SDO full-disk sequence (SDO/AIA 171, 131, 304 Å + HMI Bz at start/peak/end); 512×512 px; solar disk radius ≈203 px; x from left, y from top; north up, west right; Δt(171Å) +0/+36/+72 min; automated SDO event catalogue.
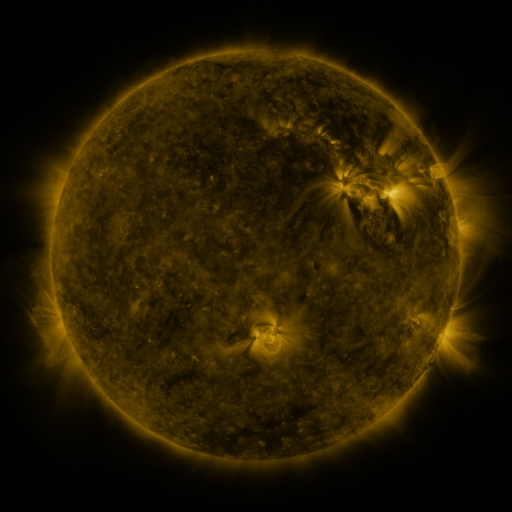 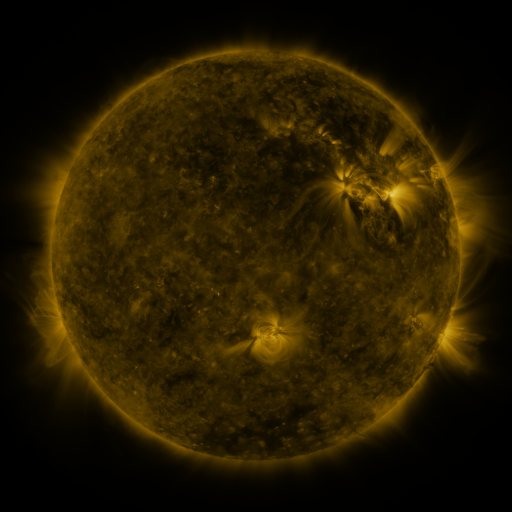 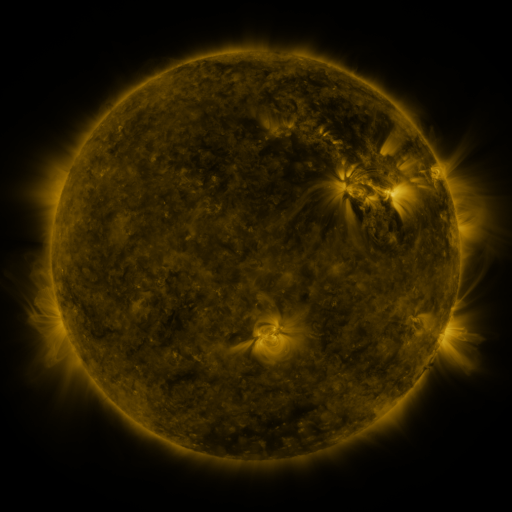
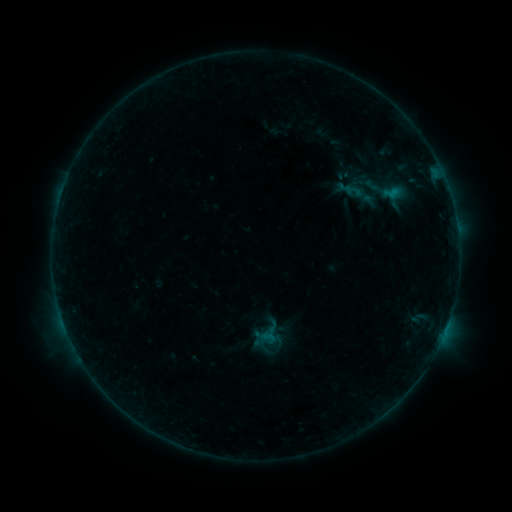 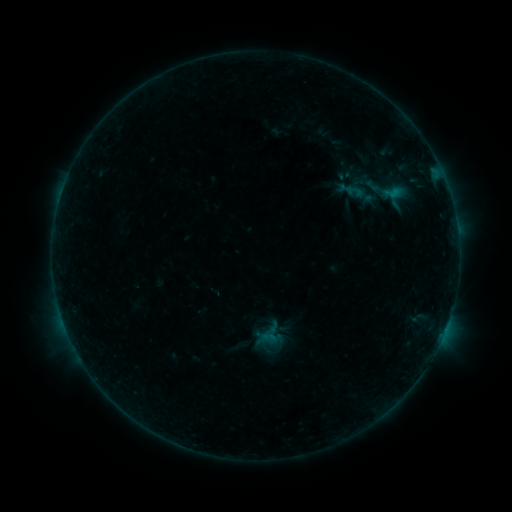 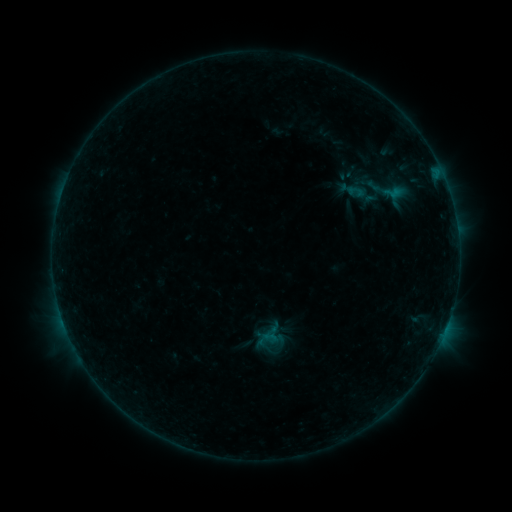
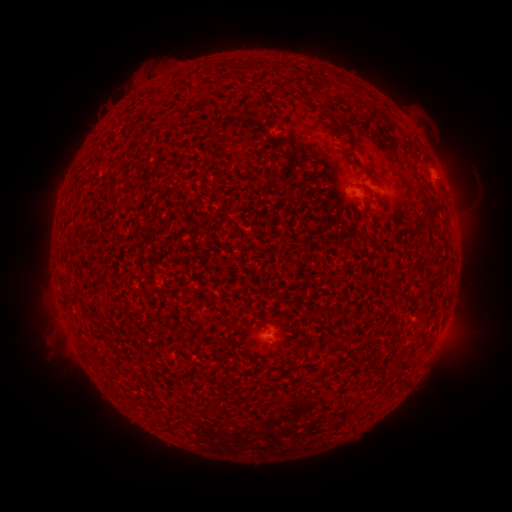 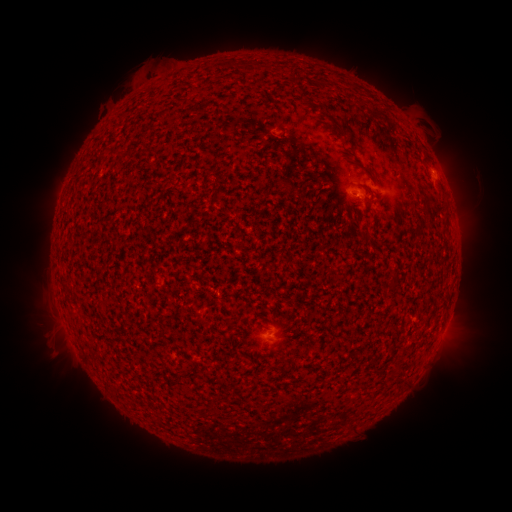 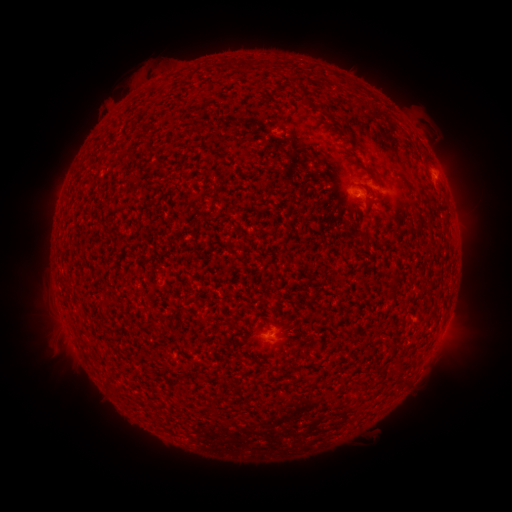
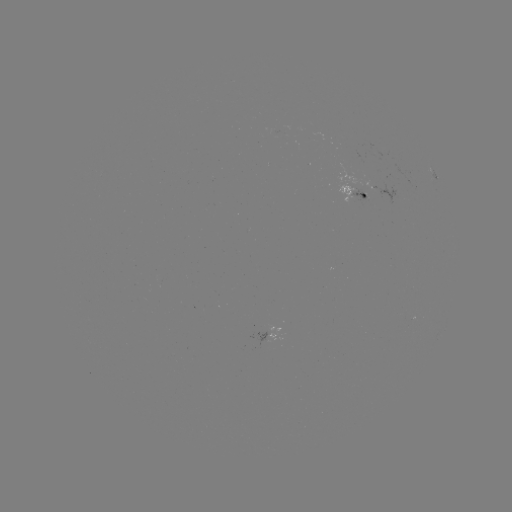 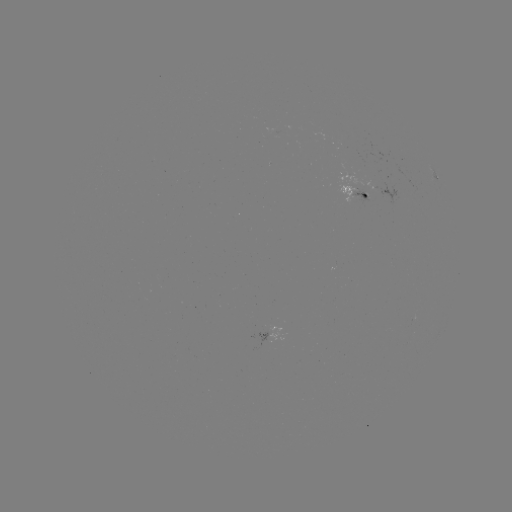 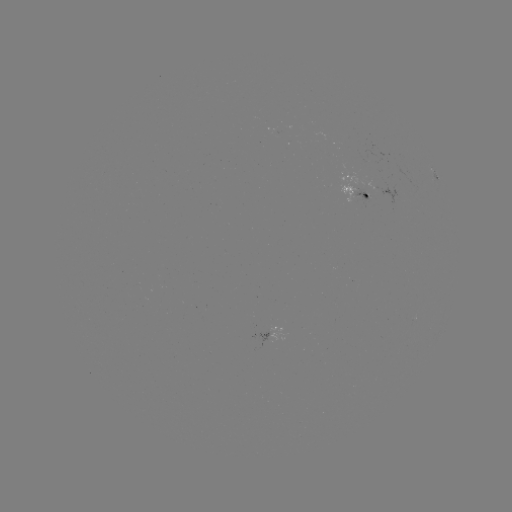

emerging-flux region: (337, 173, 354, 183)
